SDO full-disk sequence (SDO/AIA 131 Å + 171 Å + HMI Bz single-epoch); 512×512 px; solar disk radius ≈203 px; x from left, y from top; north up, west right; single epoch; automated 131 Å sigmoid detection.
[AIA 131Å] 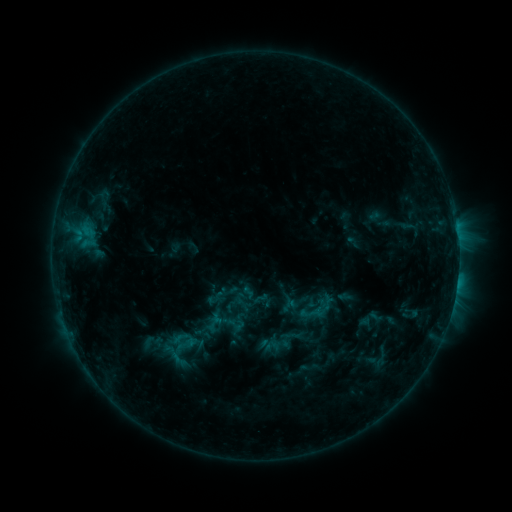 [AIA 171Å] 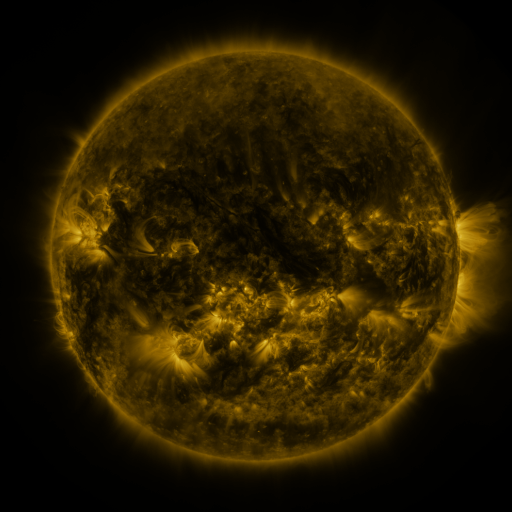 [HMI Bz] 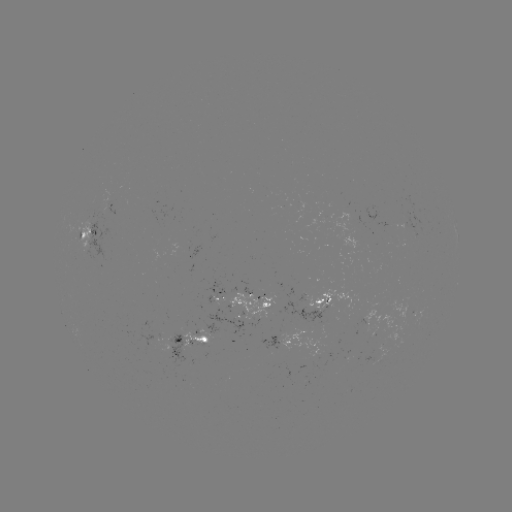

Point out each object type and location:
sigmoid: <bbox>222, 309, 249, 335</bbox>
sigmoid: <bbox>175, 333, 201, 356</bbox>
sigmoid: <bbox>272, 336, 289, 354</bbox>
